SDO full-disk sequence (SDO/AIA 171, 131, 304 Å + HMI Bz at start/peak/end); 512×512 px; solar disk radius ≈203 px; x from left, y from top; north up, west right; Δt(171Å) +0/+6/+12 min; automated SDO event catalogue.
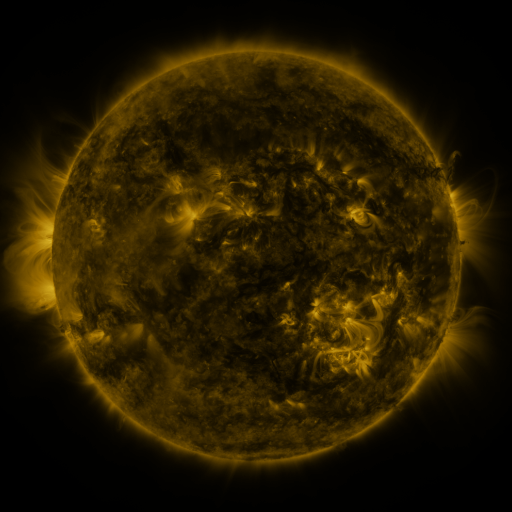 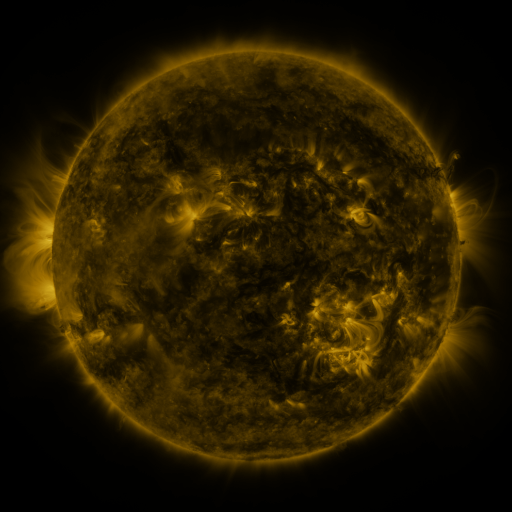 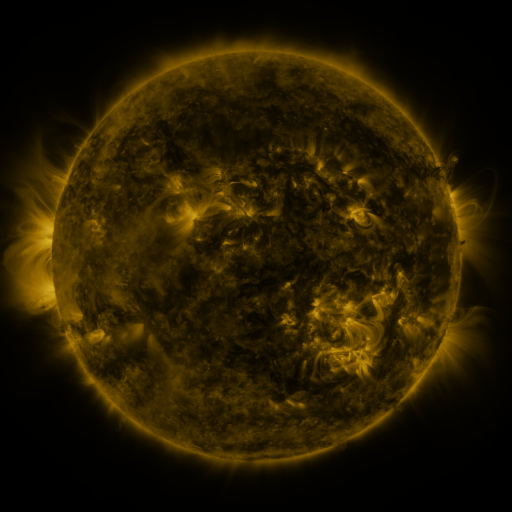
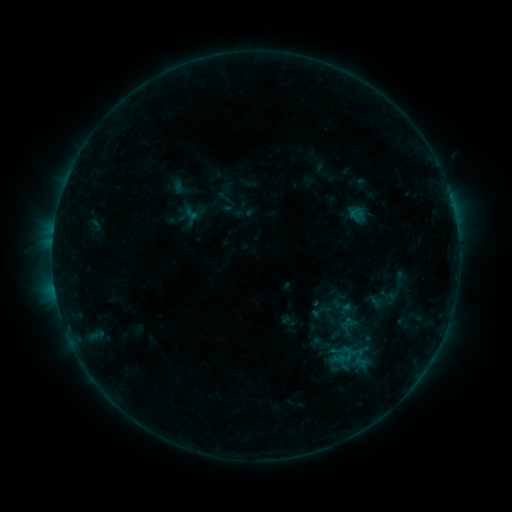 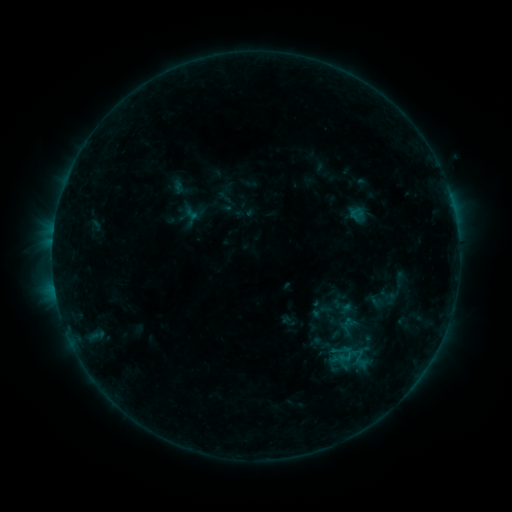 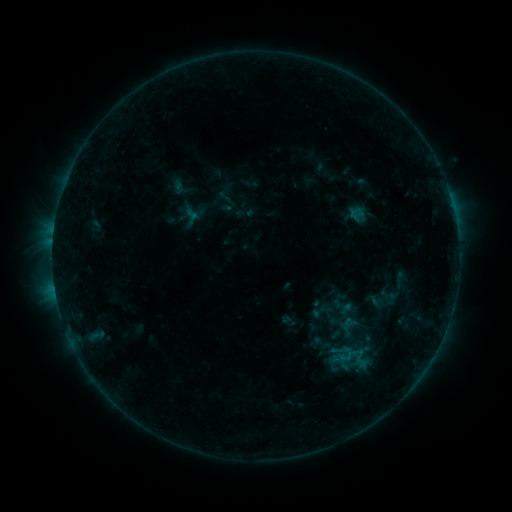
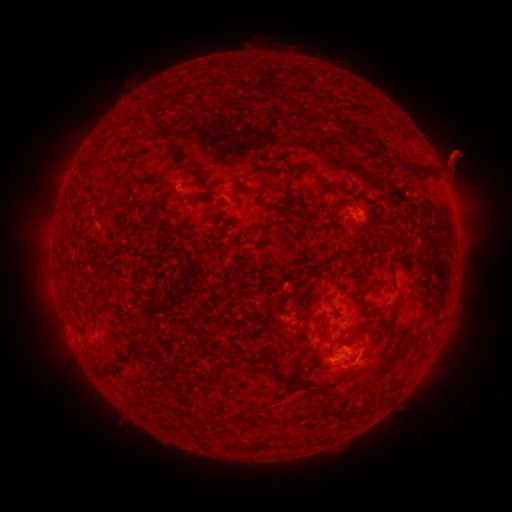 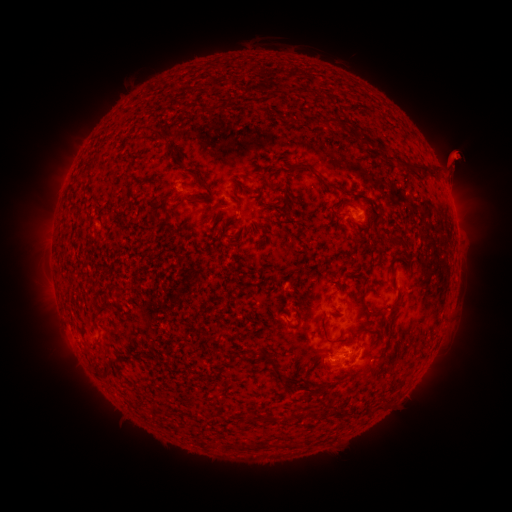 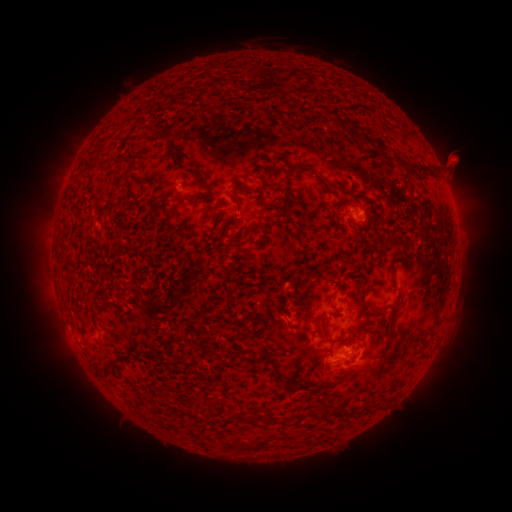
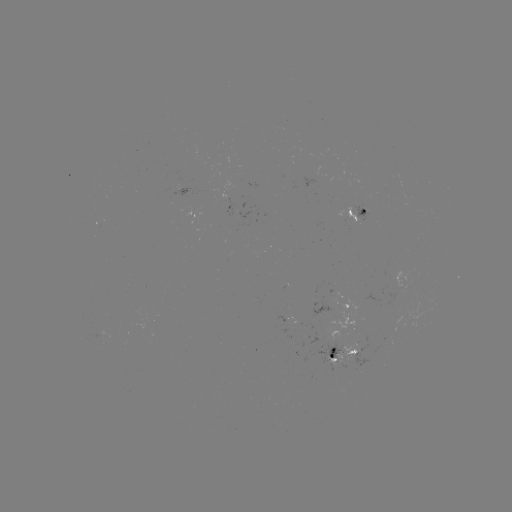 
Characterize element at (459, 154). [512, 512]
eruption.